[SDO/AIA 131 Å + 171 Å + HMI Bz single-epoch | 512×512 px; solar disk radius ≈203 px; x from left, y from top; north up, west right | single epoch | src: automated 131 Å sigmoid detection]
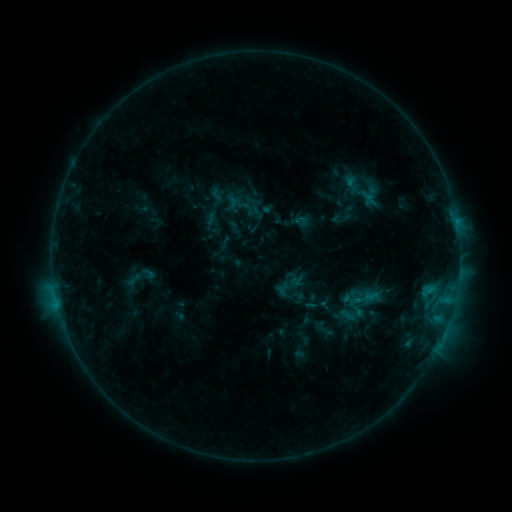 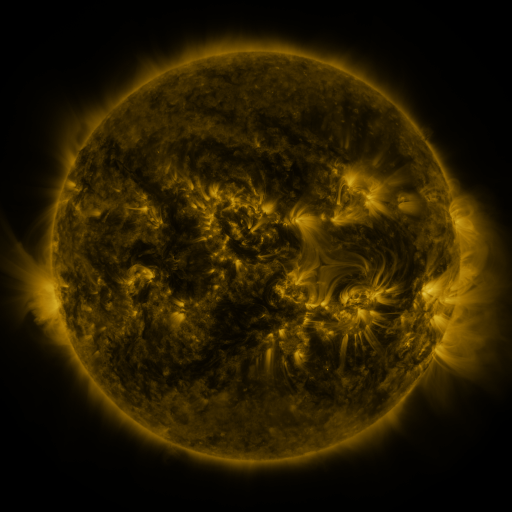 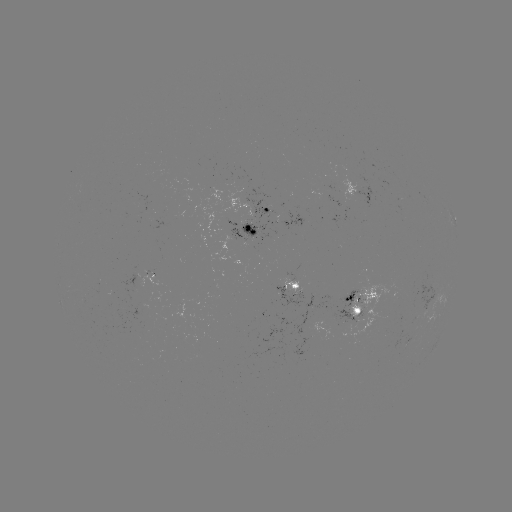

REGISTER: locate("sigmoid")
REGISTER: [363, 299]